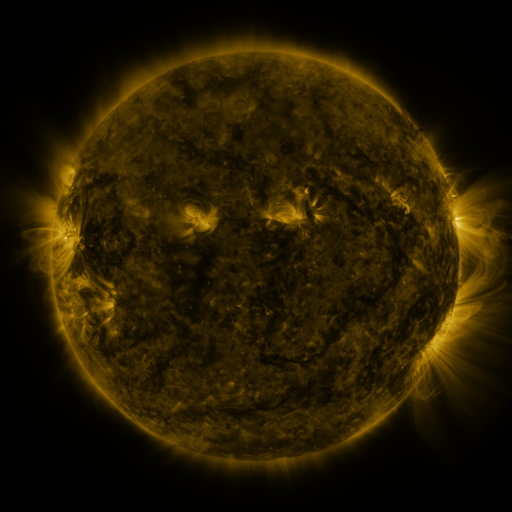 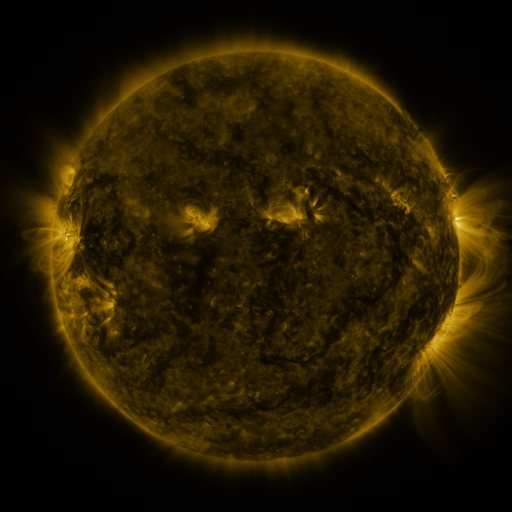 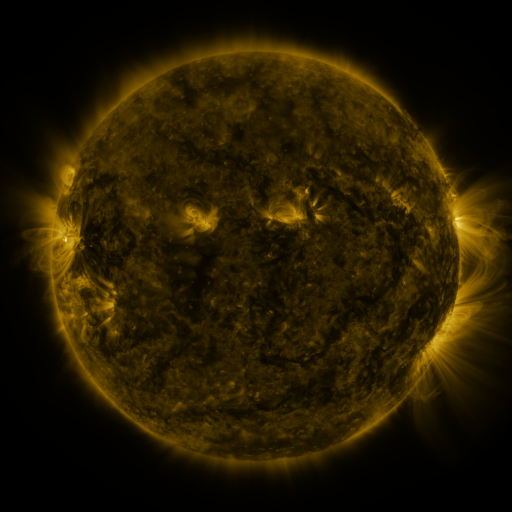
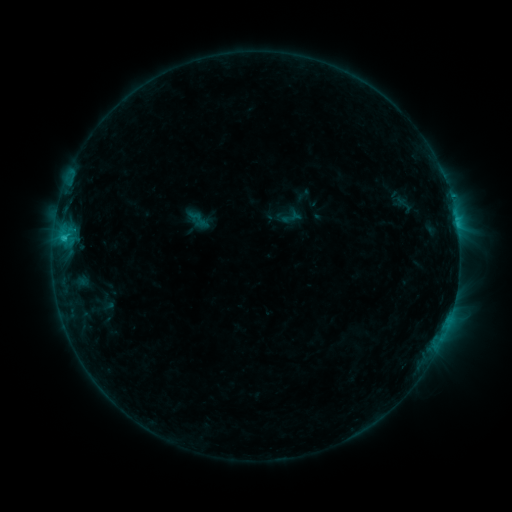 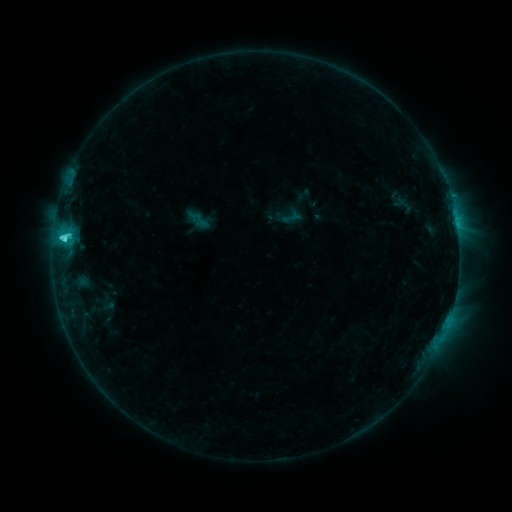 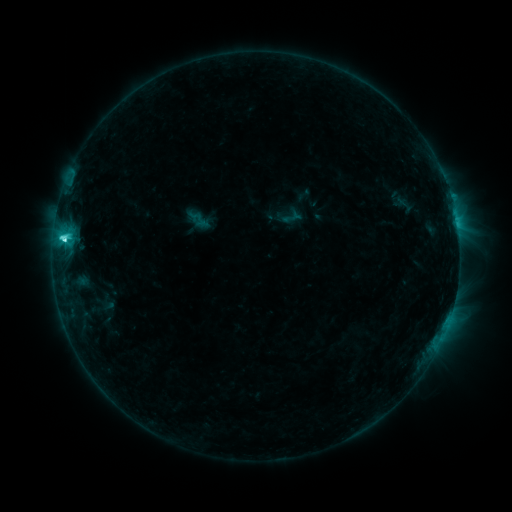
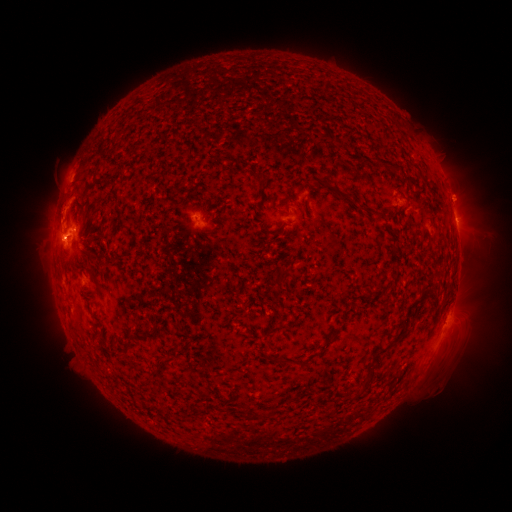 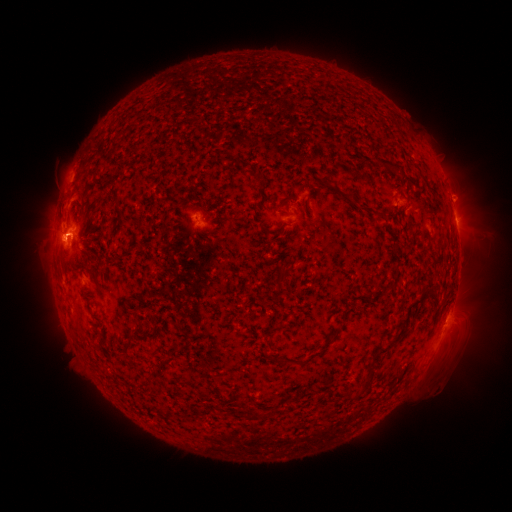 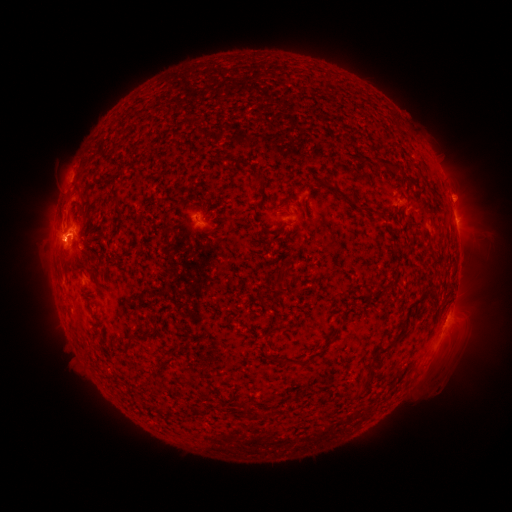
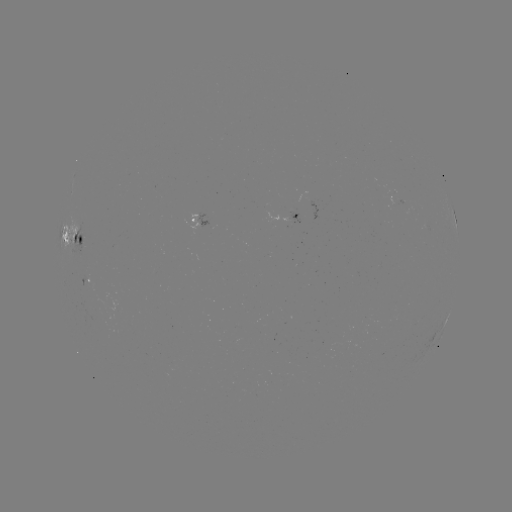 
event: flare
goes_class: C4.2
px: (64, 240)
